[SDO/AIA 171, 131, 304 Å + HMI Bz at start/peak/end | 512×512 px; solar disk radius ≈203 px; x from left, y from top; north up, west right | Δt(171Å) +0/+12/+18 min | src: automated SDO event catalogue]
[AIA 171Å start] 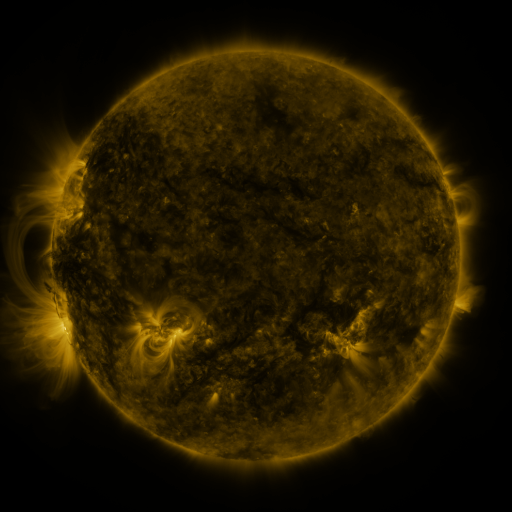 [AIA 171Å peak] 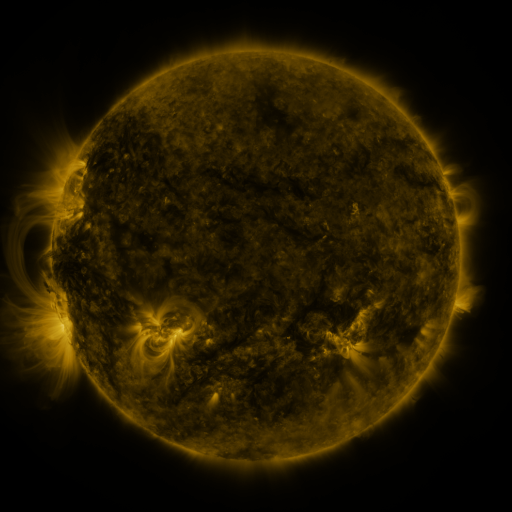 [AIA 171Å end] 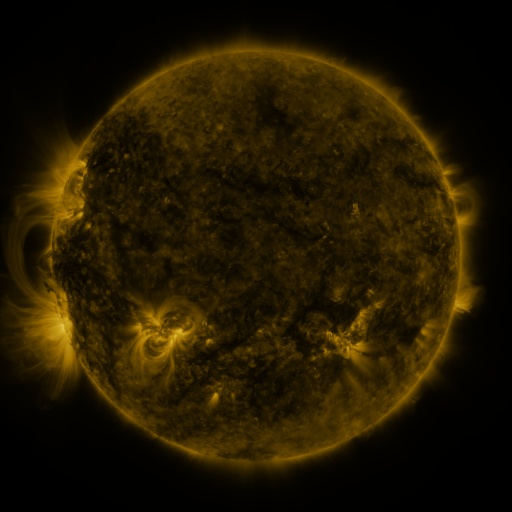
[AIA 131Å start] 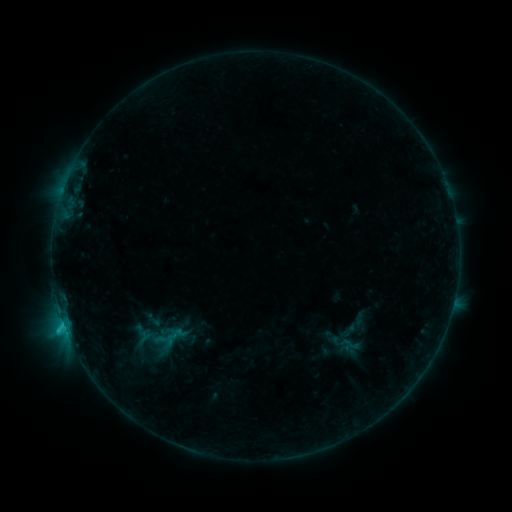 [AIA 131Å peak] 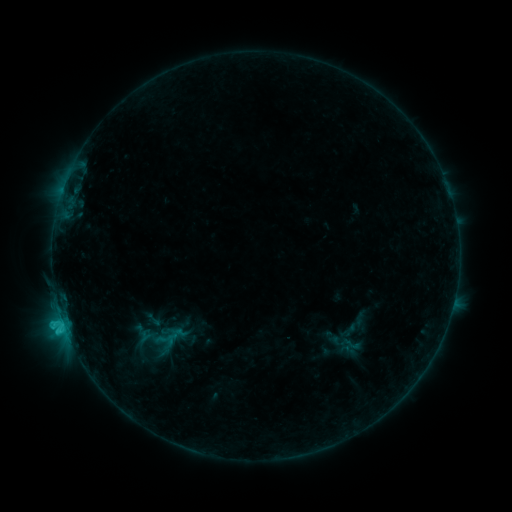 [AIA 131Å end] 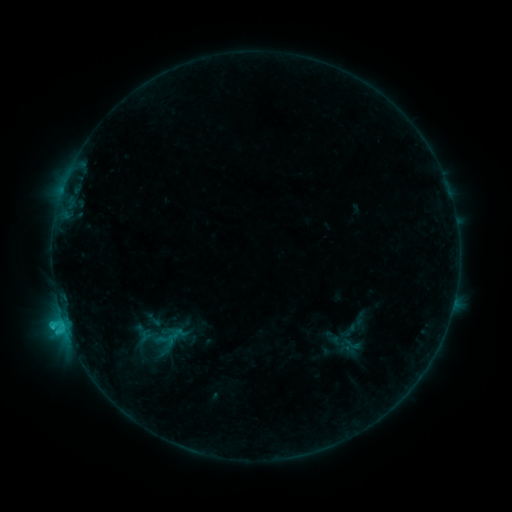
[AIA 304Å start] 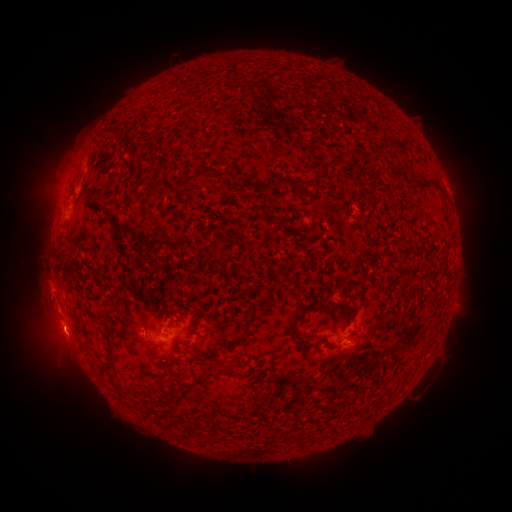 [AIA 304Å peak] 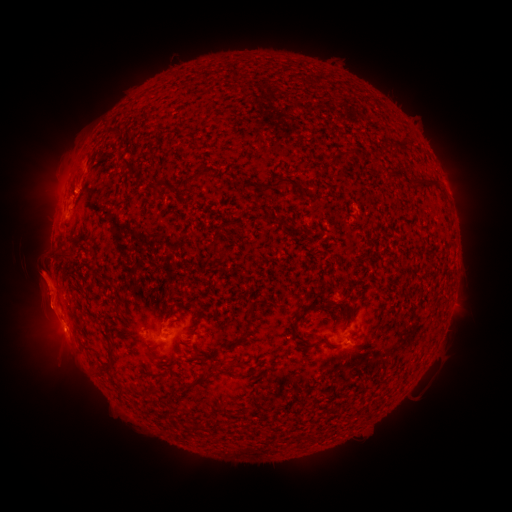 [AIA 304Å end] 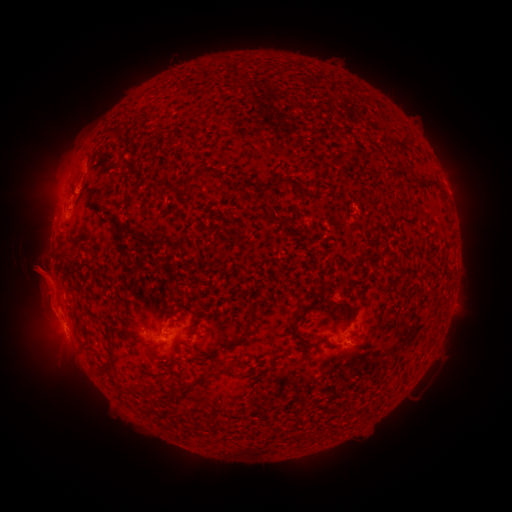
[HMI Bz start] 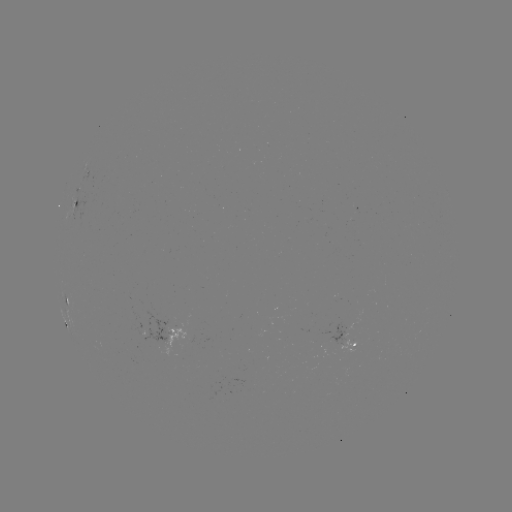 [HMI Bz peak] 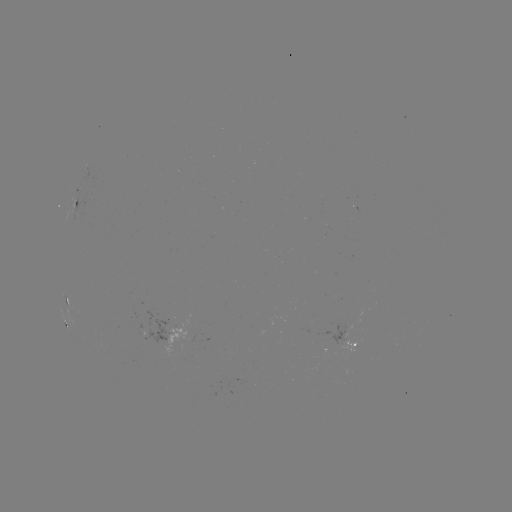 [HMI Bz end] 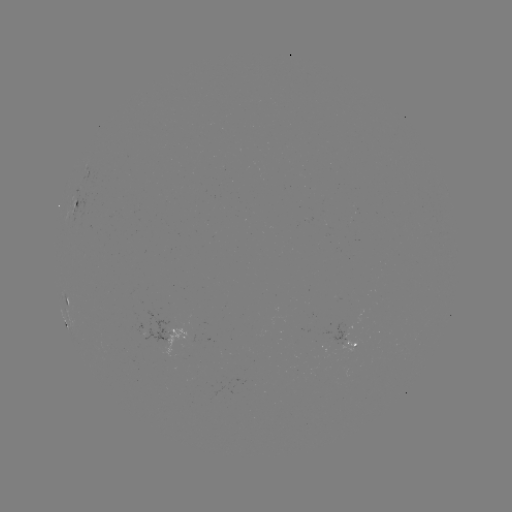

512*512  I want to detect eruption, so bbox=[16, 253, 74, 334].